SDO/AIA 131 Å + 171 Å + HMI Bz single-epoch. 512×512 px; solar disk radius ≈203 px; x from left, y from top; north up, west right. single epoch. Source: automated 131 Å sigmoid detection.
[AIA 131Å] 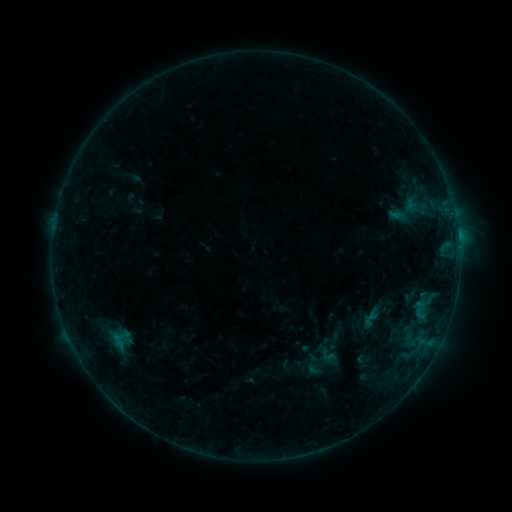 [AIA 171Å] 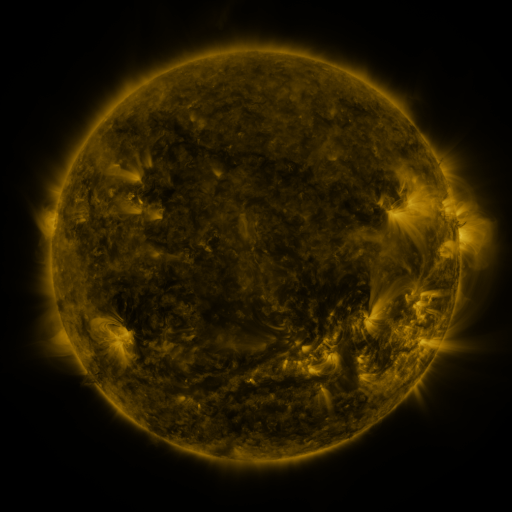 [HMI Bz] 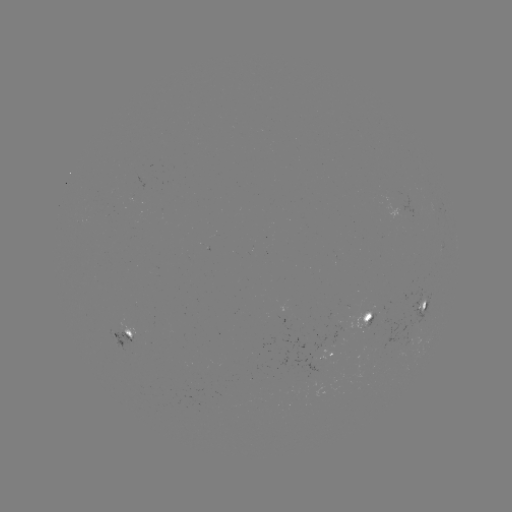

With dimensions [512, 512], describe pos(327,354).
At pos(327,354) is sigmoid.